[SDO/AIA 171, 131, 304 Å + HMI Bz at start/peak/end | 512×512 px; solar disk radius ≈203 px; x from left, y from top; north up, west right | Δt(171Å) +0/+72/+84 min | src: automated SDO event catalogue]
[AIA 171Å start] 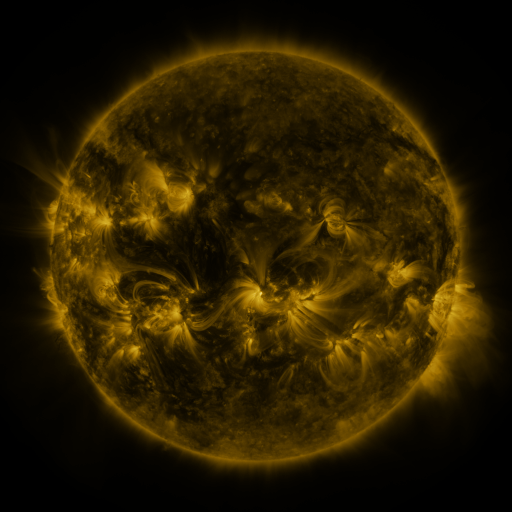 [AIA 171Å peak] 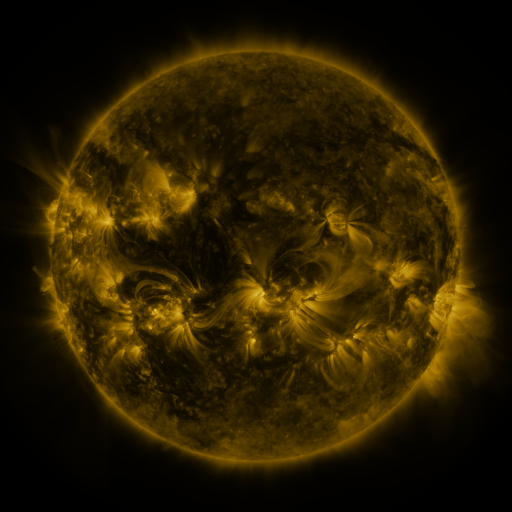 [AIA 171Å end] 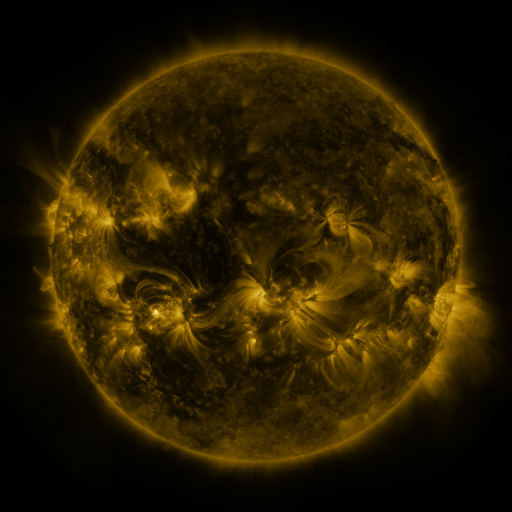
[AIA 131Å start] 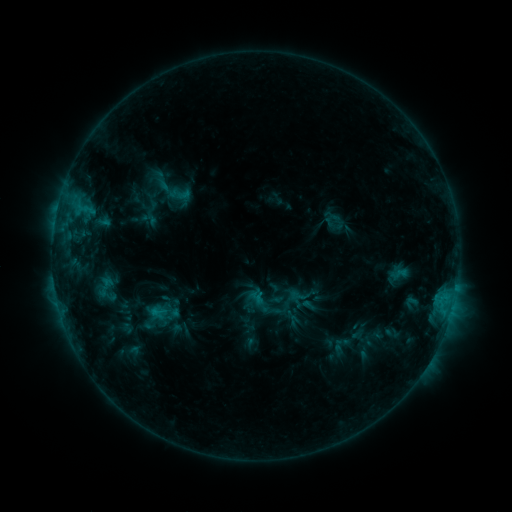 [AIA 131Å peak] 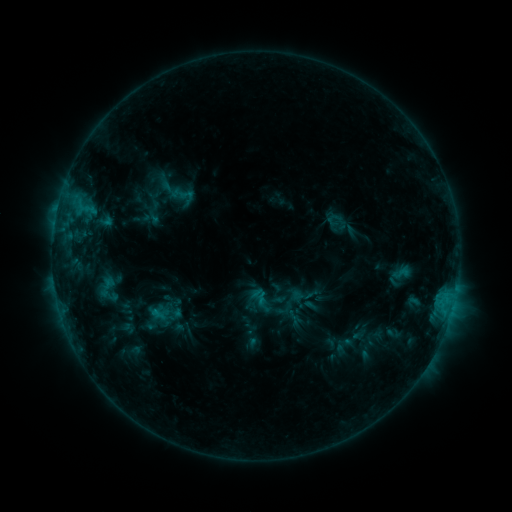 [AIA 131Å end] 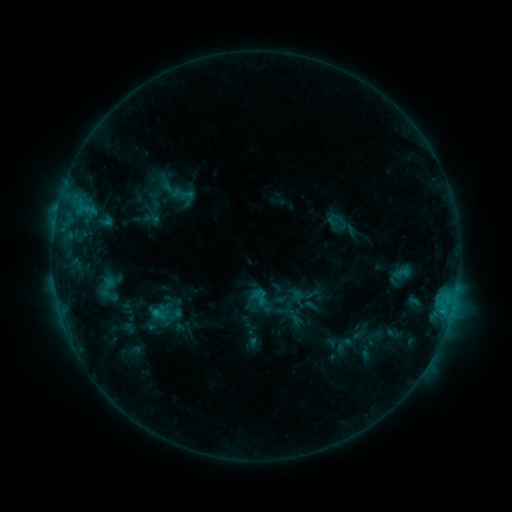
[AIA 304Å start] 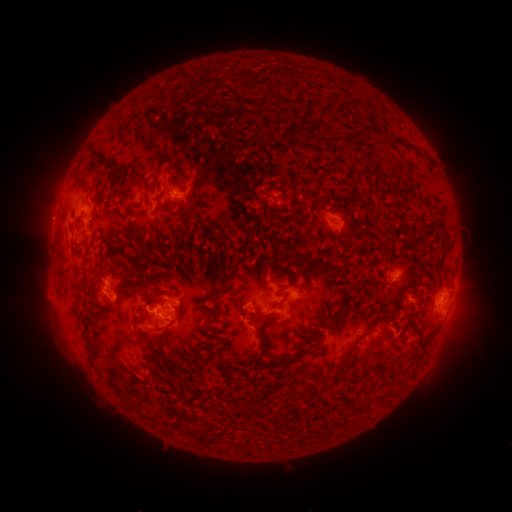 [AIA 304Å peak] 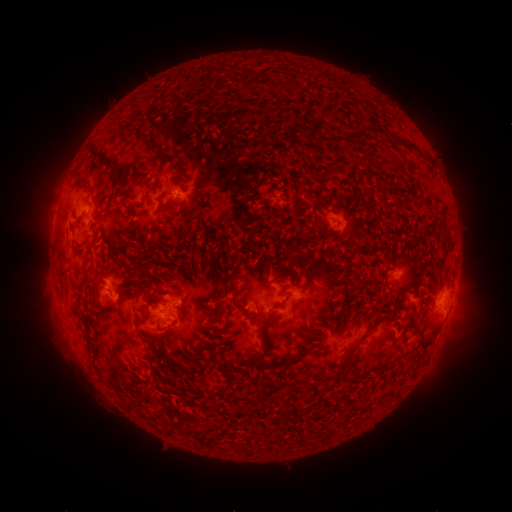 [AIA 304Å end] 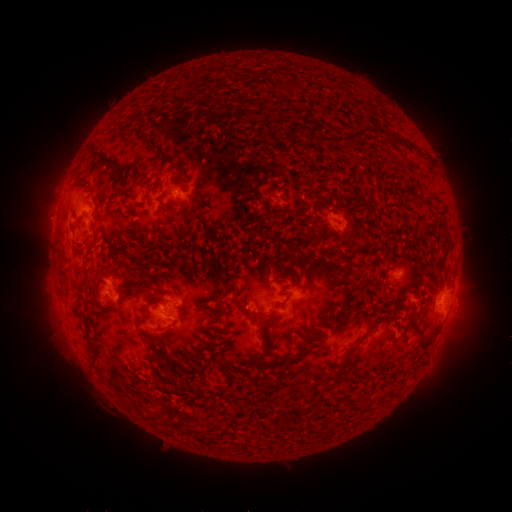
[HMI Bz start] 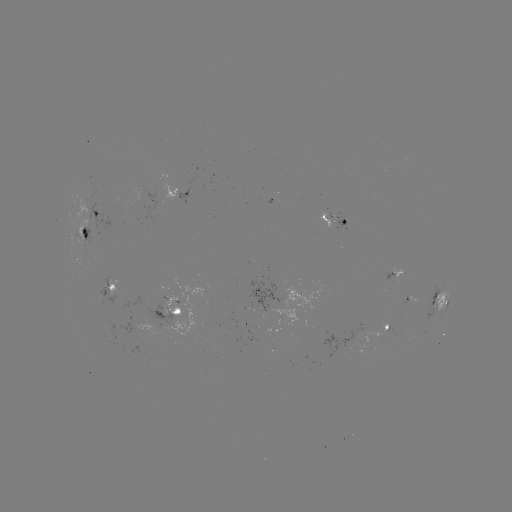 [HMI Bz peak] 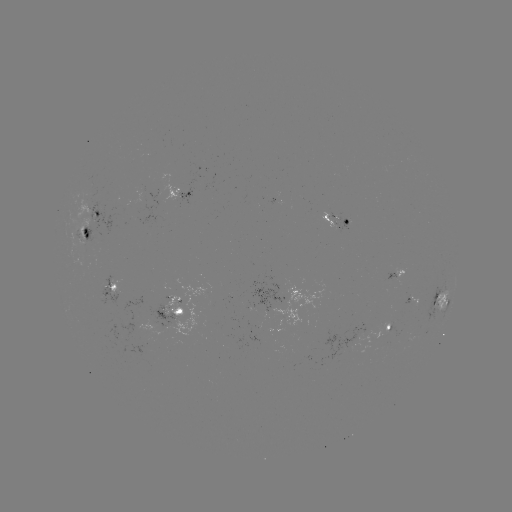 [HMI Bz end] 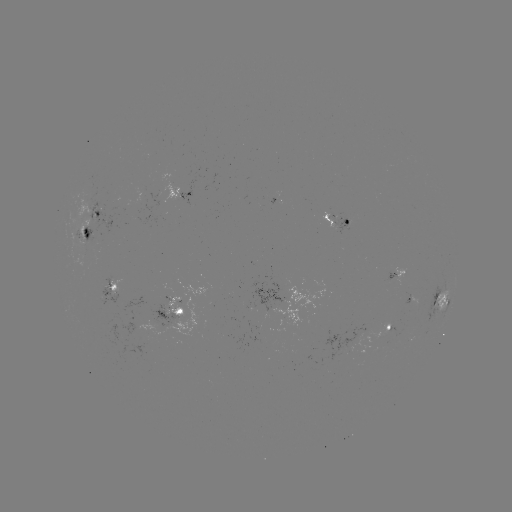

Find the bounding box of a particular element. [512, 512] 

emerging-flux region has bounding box [386, 272, 396, 283].